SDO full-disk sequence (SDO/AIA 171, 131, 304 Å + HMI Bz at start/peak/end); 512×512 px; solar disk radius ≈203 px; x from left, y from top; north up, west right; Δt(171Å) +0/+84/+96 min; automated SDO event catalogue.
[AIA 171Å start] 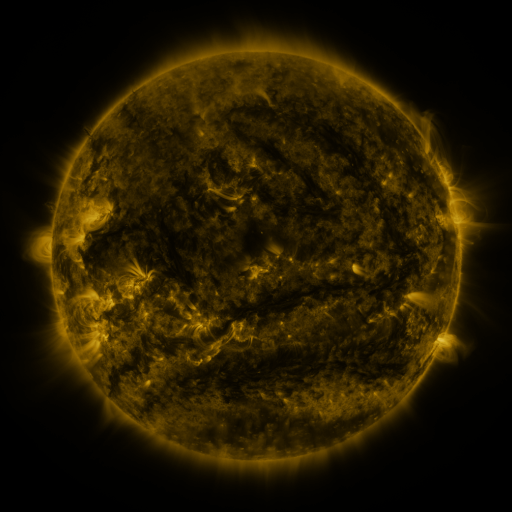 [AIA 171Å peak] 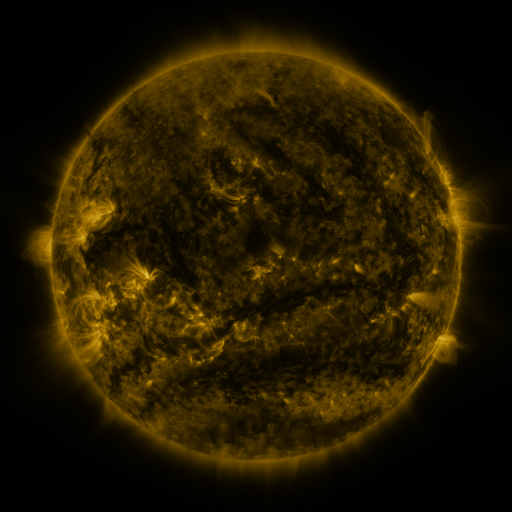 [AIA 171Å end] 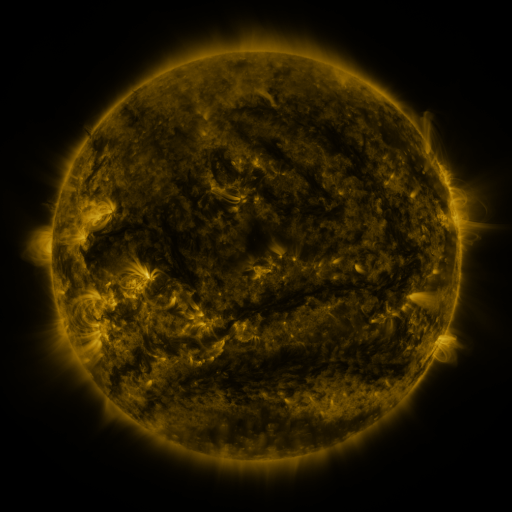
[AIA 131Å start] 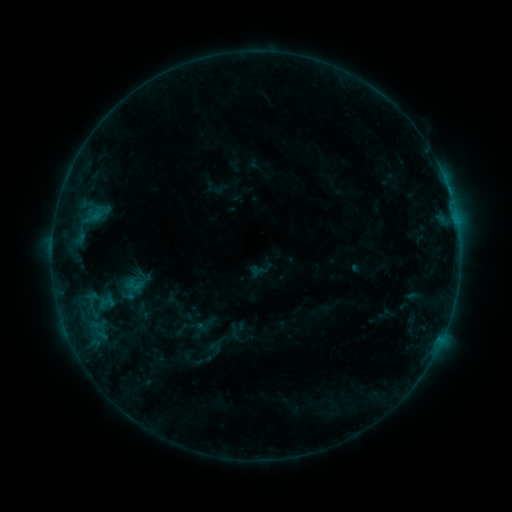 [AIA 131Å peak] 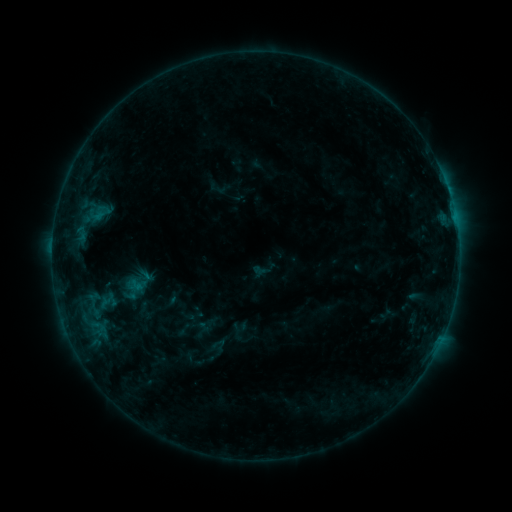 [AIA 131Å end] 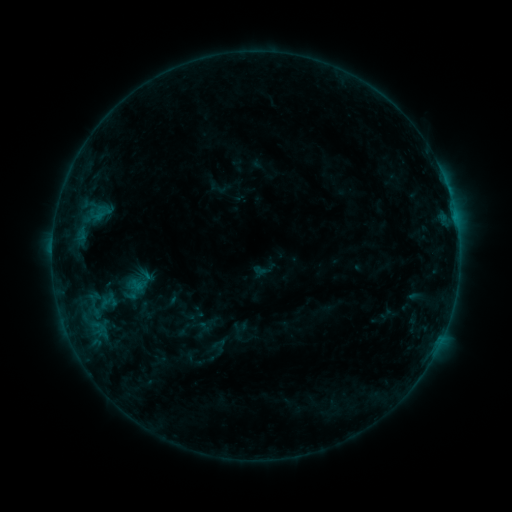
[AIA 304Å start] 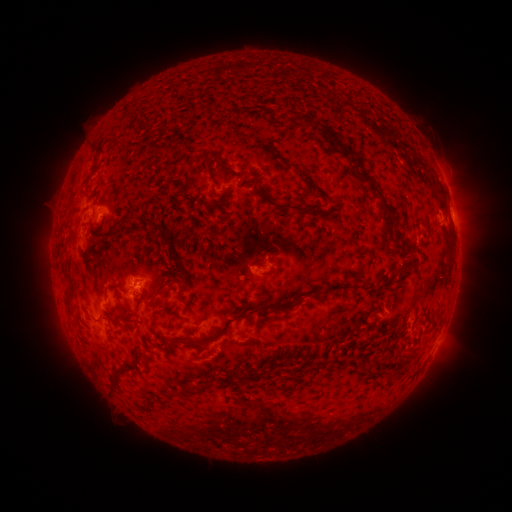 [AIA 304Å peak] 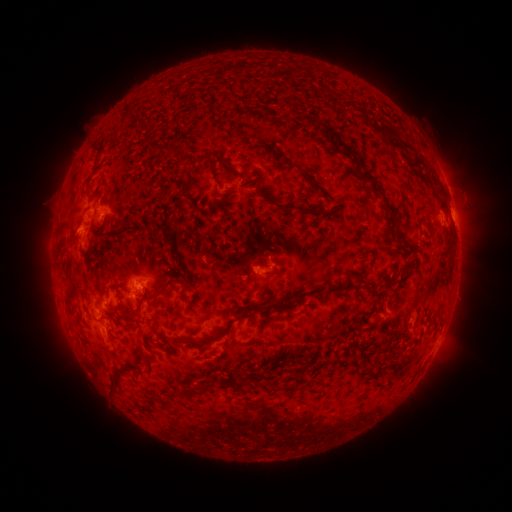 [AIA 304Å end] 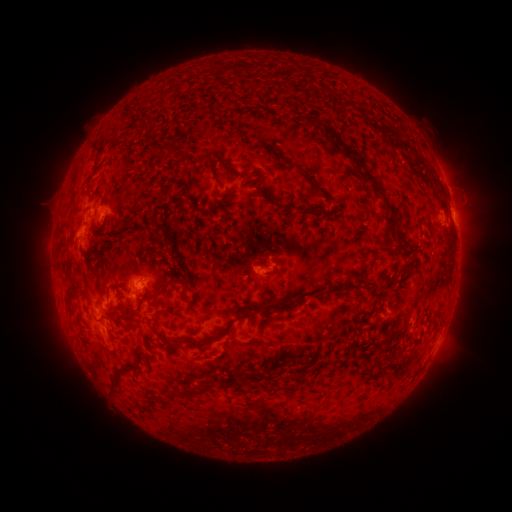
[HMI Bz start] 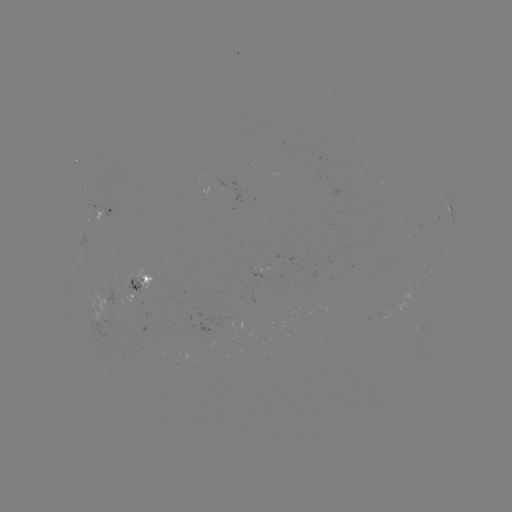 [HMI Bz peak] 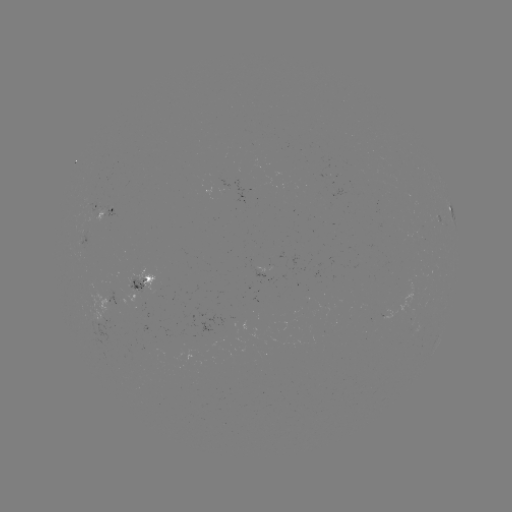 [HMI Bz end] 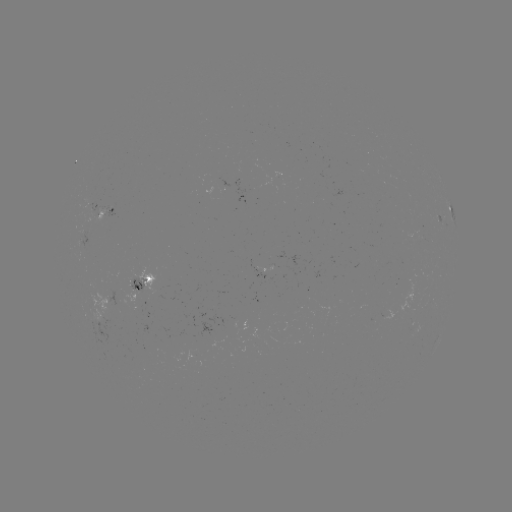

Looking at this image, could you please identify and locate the emerging-flux region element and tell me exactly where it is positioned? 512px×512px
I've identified emerging-flux region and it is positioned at (134, 288).